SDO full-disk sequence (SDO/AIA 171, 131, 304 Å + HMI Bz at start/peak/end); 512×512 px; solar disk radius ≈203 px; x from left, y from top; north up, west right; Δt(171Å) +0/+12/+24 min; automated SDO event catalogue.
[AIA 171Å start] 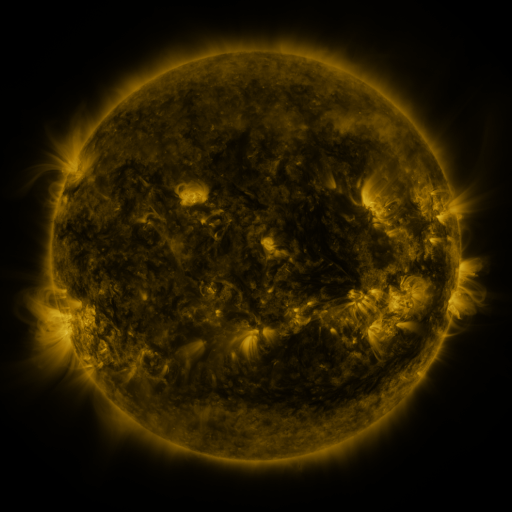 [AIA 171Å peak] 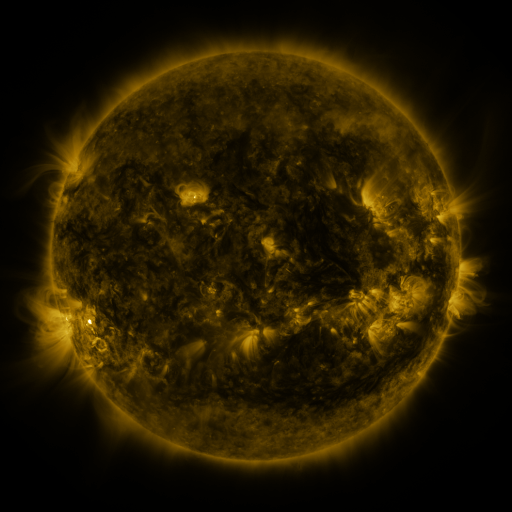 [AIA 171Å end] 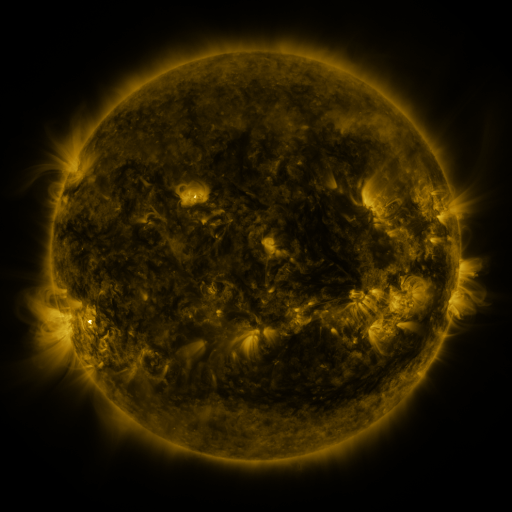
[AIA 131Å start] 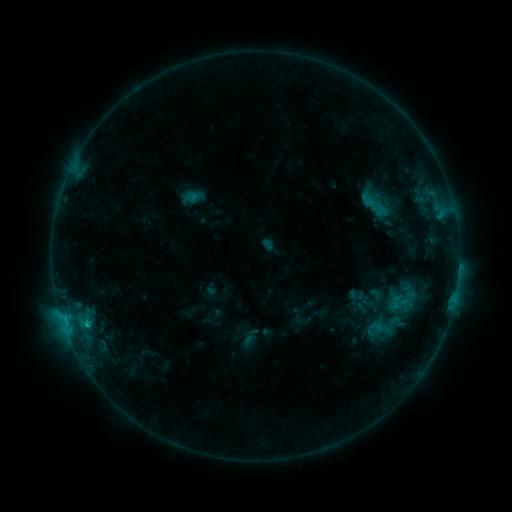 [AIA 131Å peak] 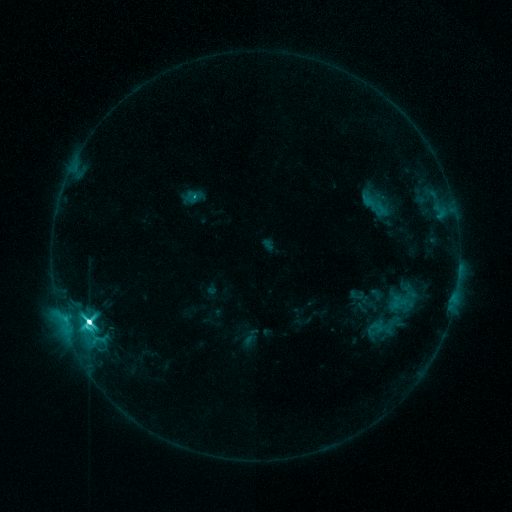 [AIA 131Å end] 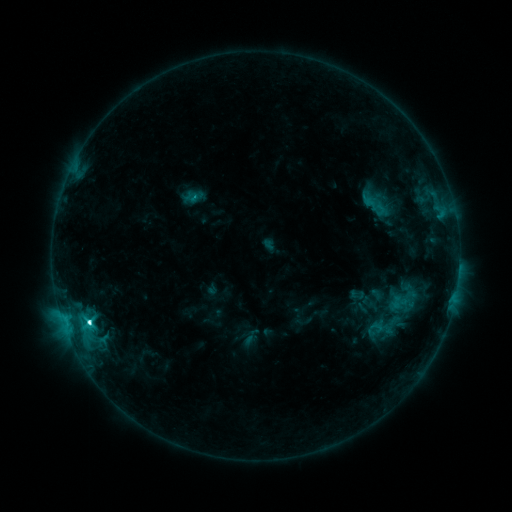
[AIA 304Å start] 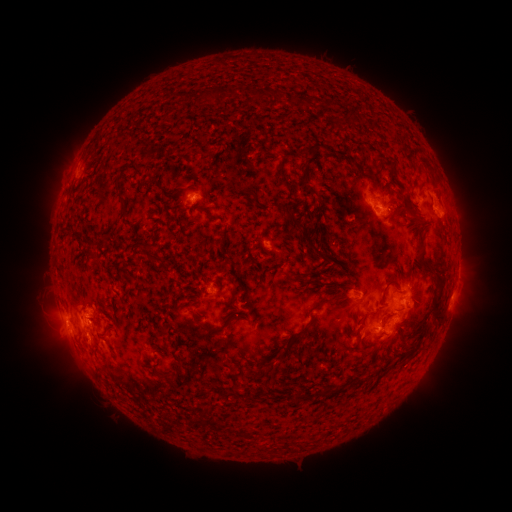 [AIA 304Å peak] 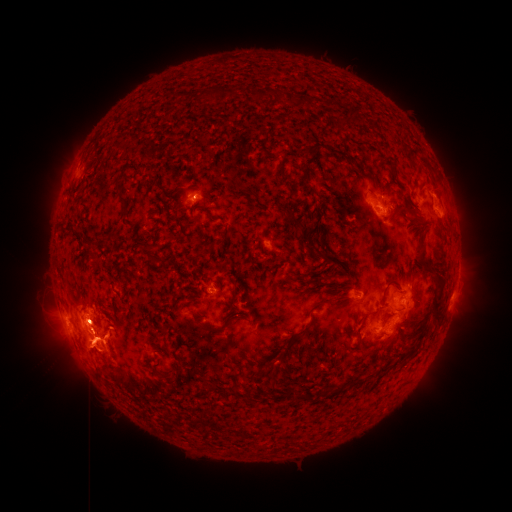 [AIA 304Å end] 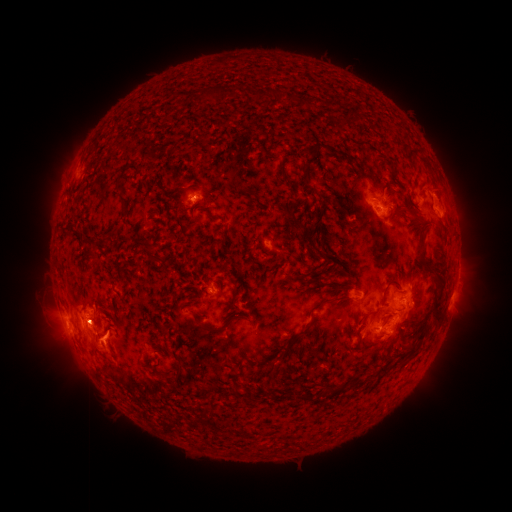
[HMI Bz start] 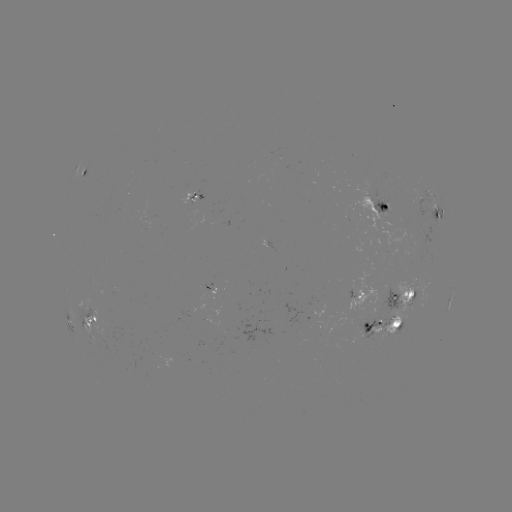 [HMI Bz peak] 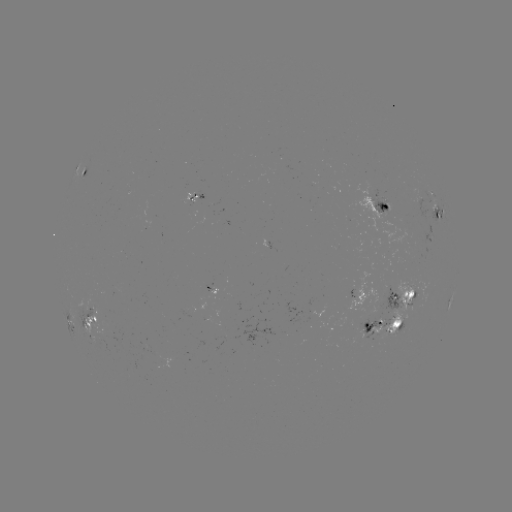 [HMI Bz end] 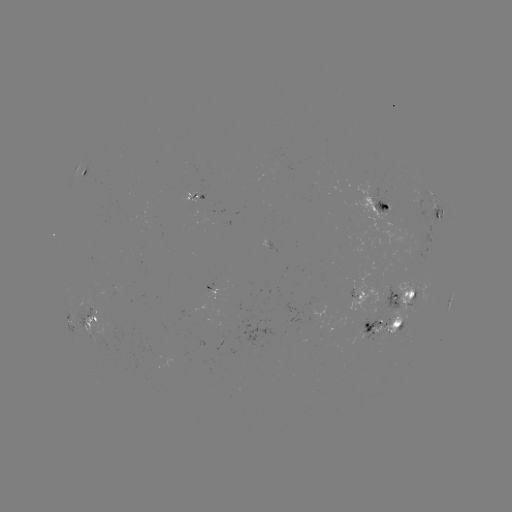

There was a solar eruption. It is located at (86, 340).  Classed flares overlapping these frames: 1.